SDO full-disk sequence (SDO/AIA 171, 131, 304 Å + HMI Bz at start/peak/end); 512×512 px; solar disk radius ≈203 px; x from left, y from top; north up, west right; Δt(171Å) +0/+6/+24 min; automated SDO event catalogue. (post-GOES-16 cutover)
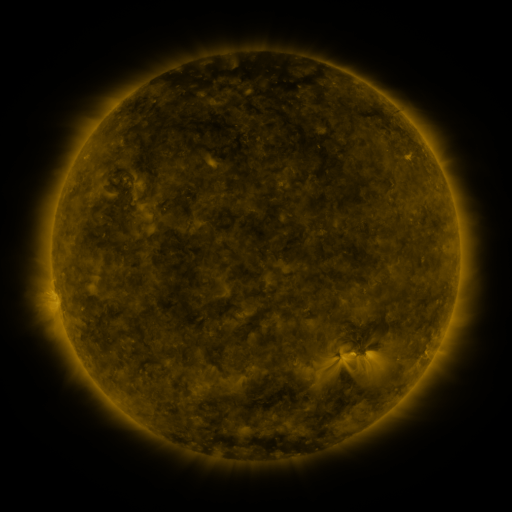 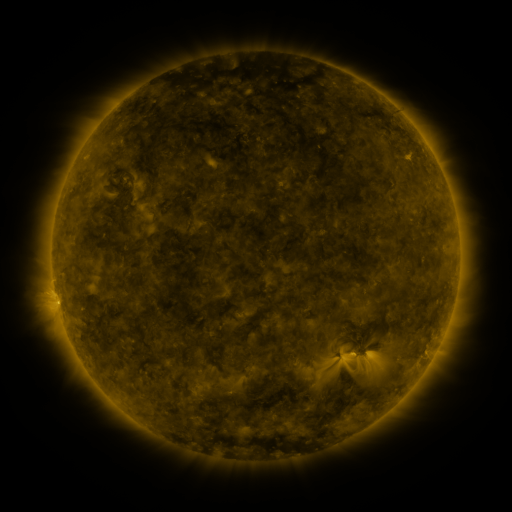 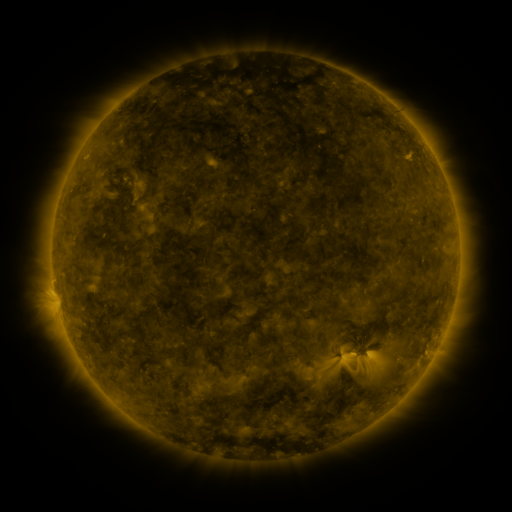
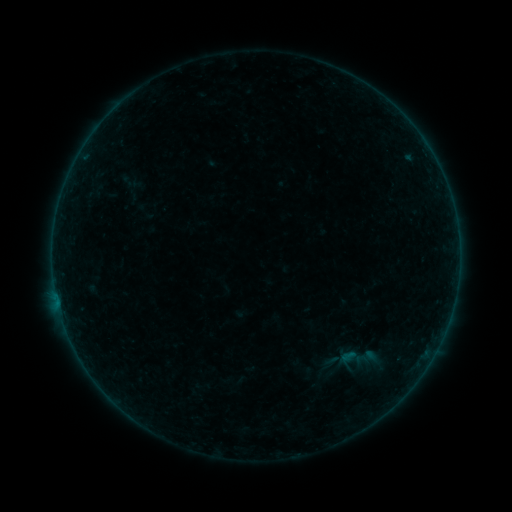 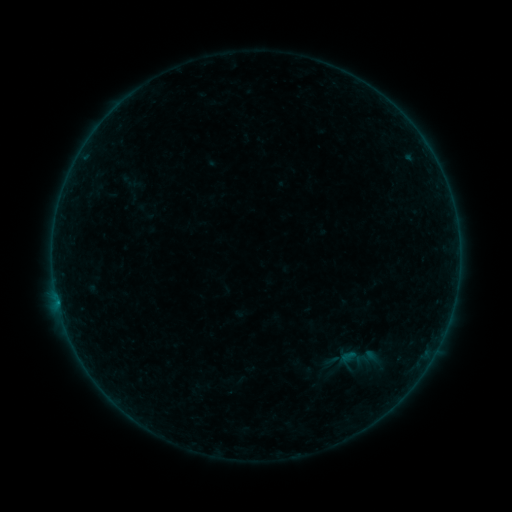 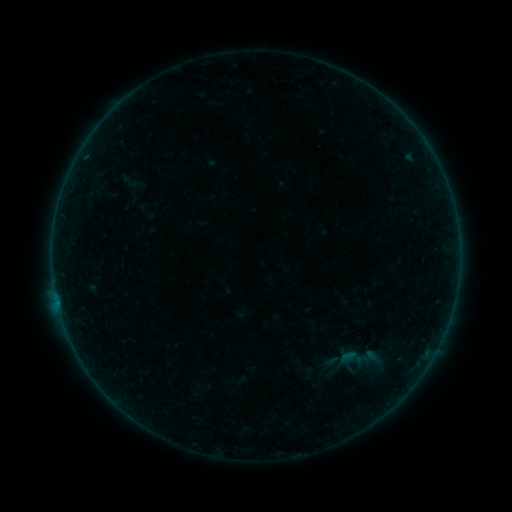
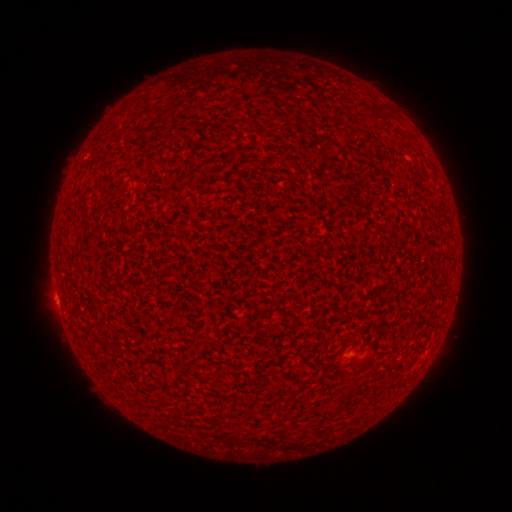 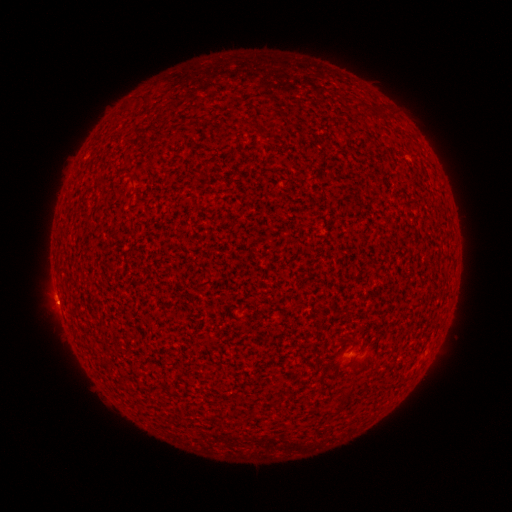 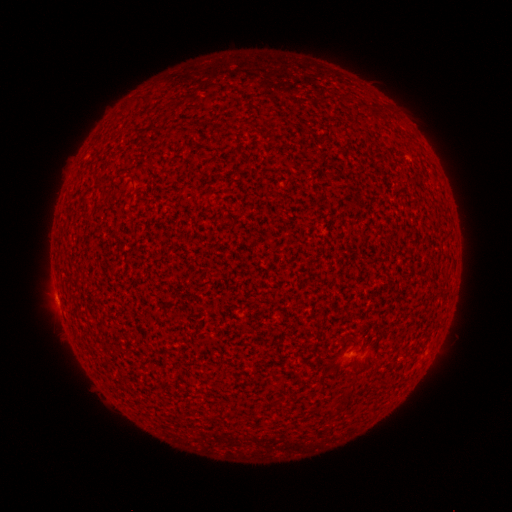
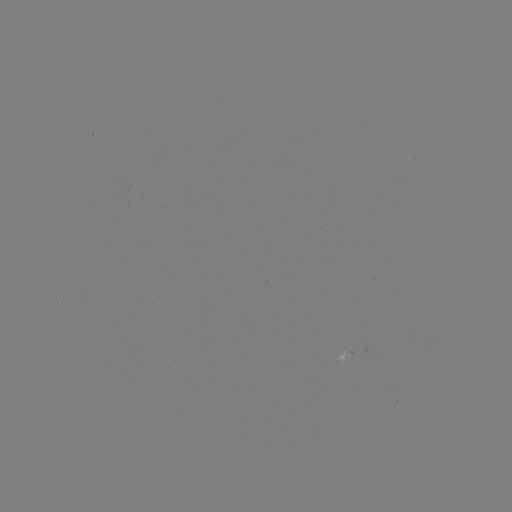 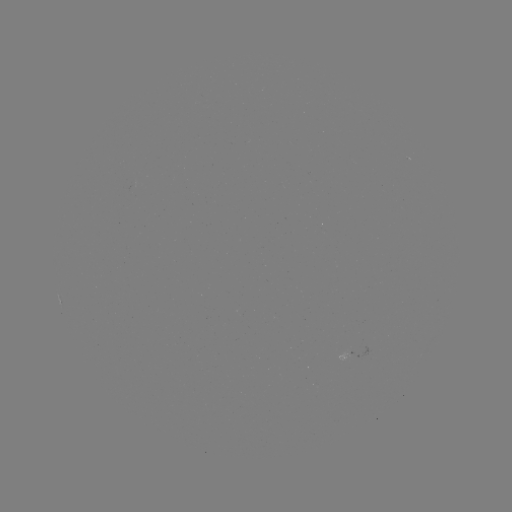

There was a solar flare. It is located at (343, 355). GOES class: A5.5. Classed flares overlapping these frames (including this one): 1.